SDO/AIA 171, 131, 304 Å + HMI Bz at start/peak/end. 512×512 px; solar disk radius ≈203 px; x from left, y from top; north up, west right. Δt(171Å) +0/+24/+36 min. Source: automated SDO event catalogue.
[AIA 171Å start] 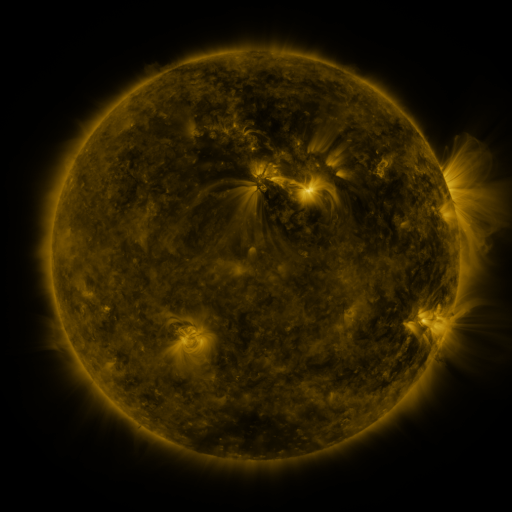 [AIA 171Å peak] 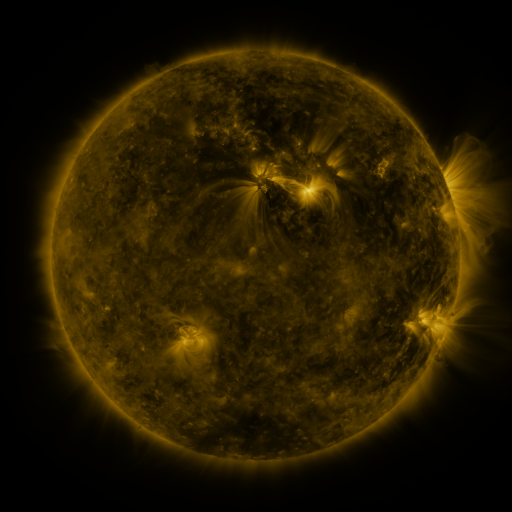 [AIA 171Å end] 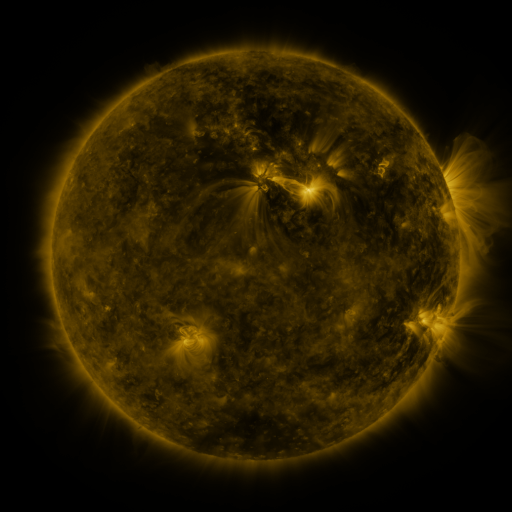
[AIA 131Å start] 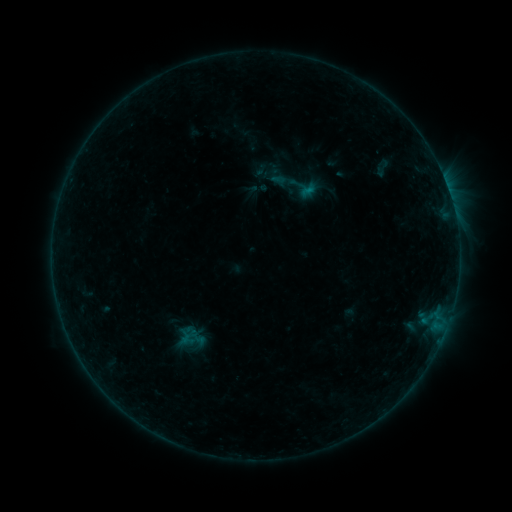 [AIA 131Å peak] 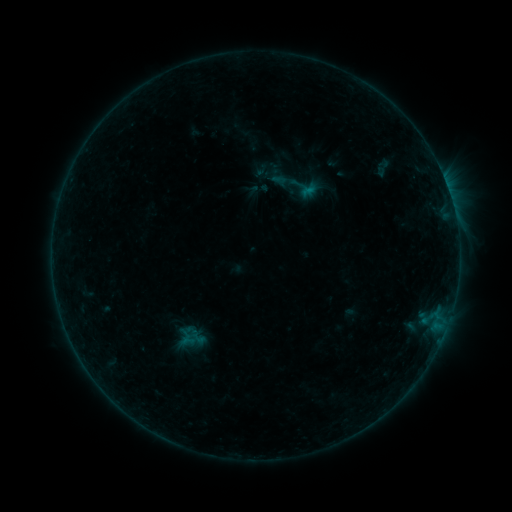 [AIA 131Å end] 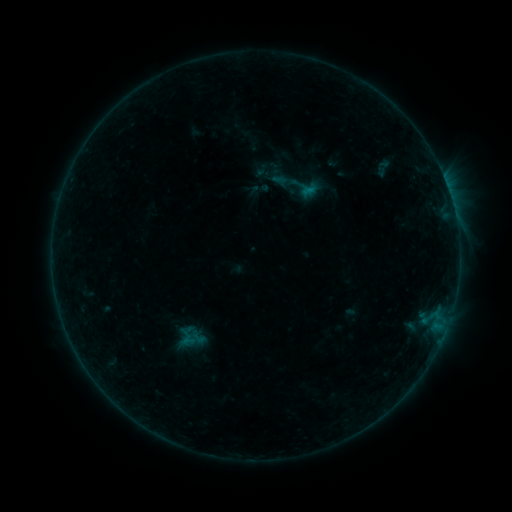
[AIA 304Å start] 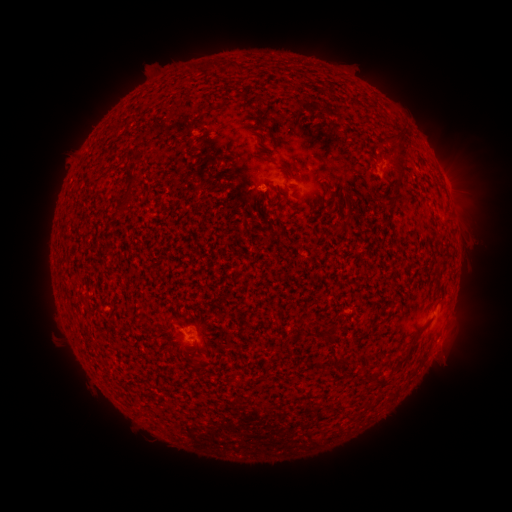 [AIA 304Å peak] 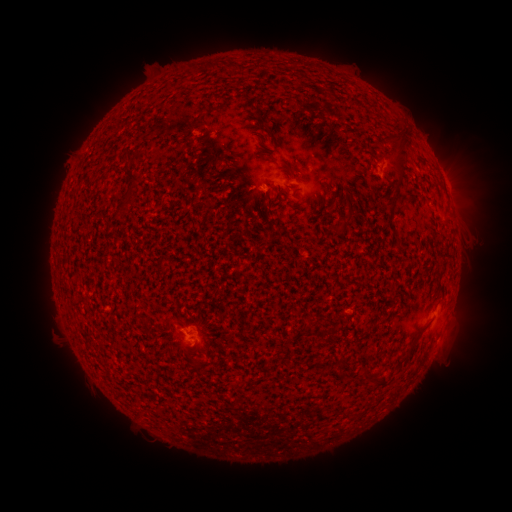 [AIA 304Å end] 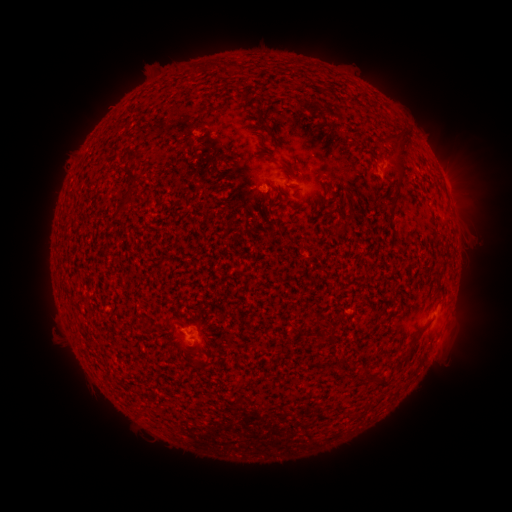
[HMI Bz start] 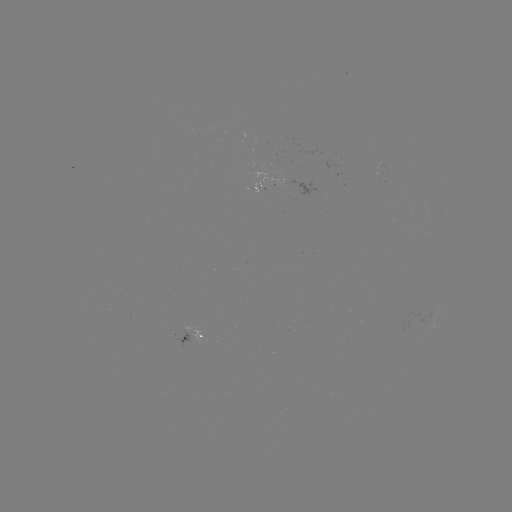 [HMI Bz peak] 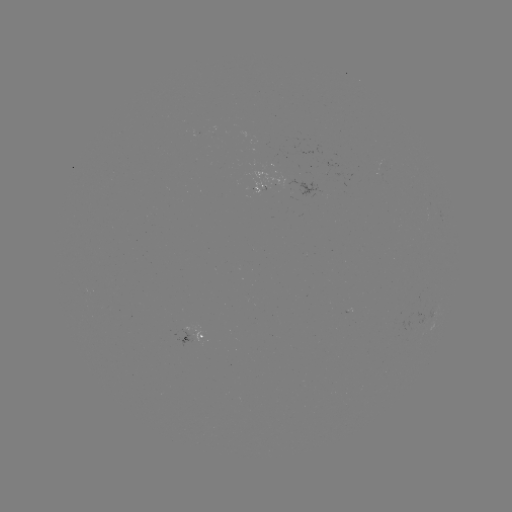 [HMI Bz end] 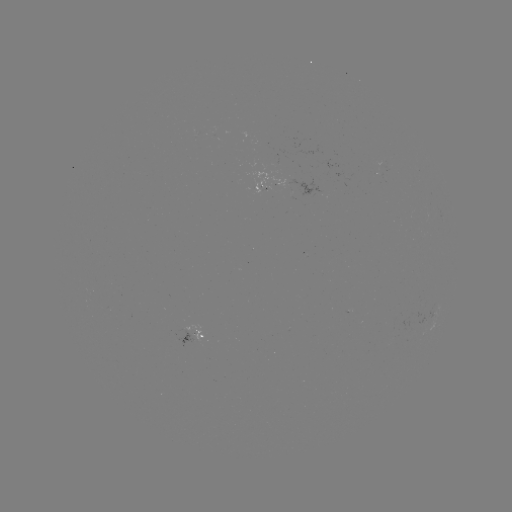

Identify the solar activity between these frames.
emerging-flux region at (188, 332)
